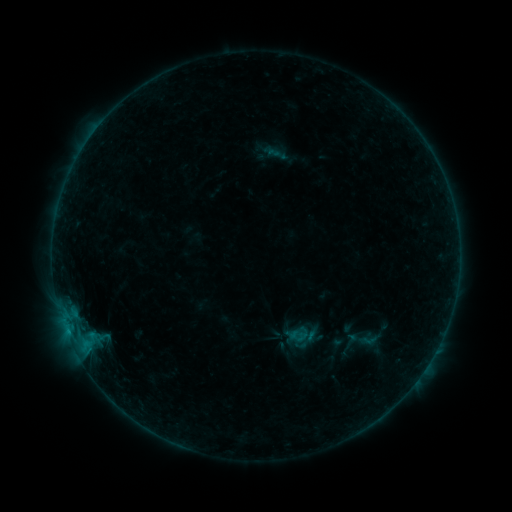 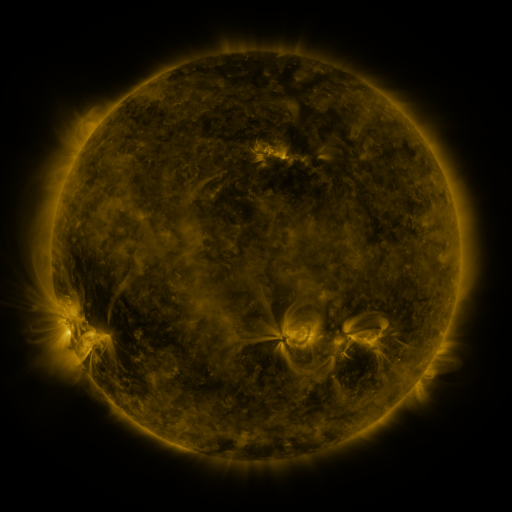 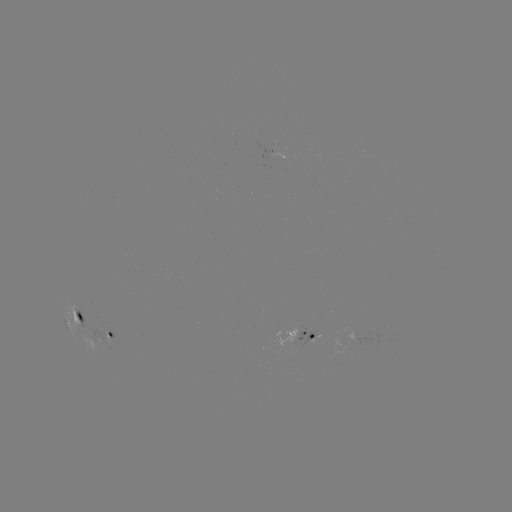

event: sigmoid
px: (368, 340)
